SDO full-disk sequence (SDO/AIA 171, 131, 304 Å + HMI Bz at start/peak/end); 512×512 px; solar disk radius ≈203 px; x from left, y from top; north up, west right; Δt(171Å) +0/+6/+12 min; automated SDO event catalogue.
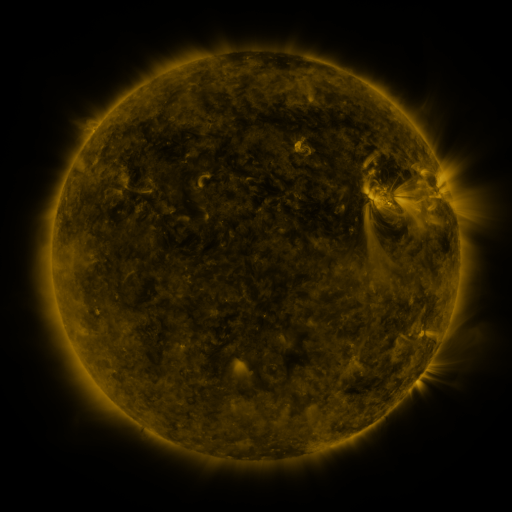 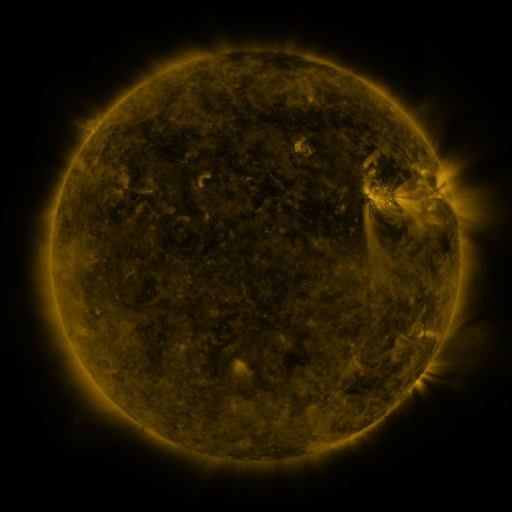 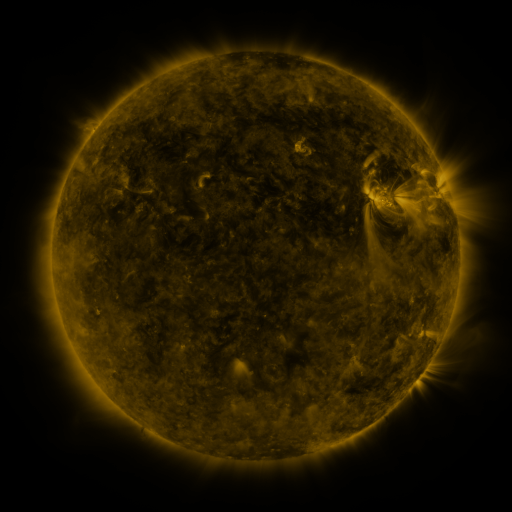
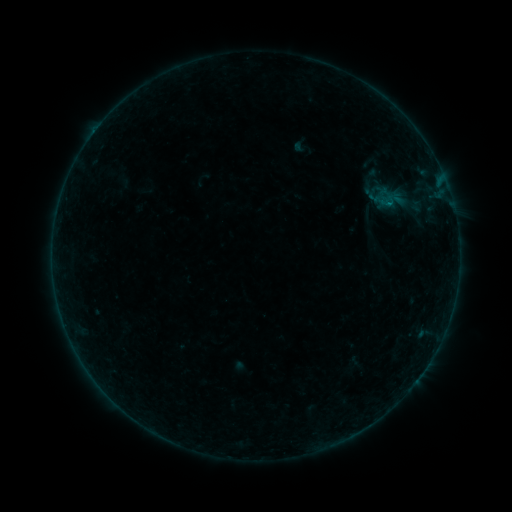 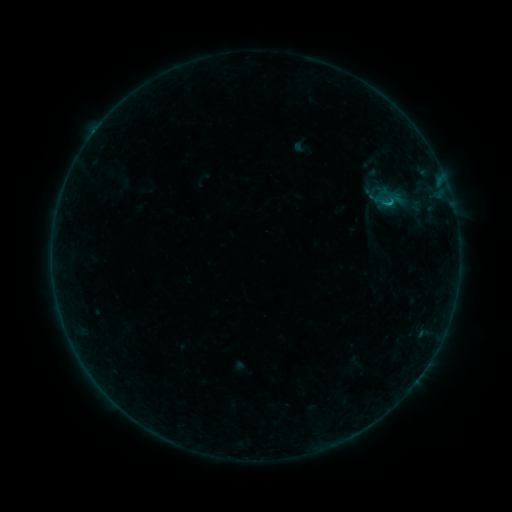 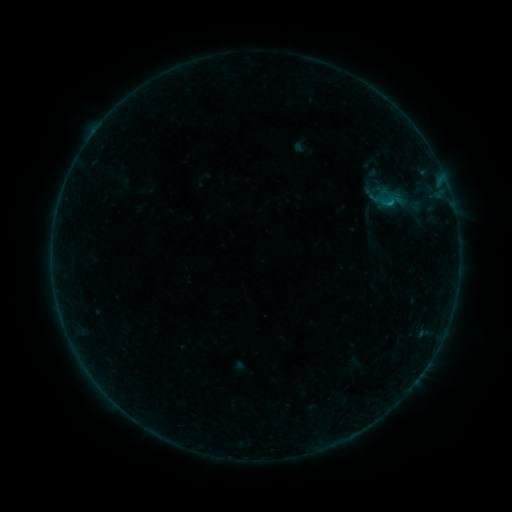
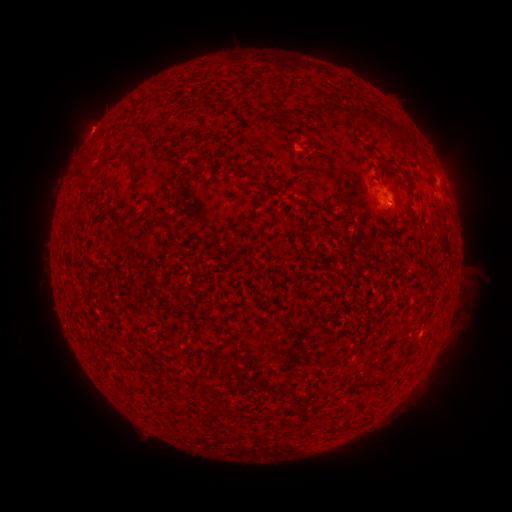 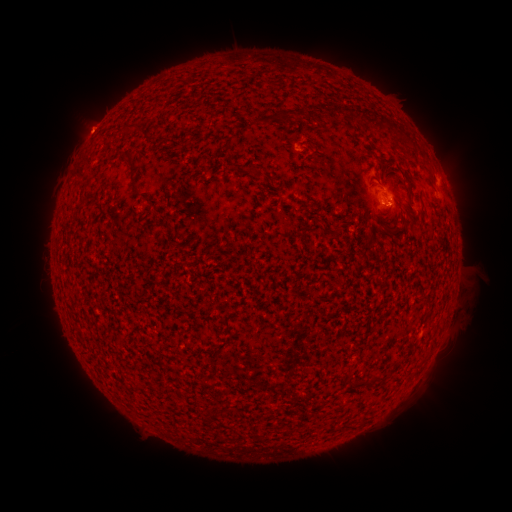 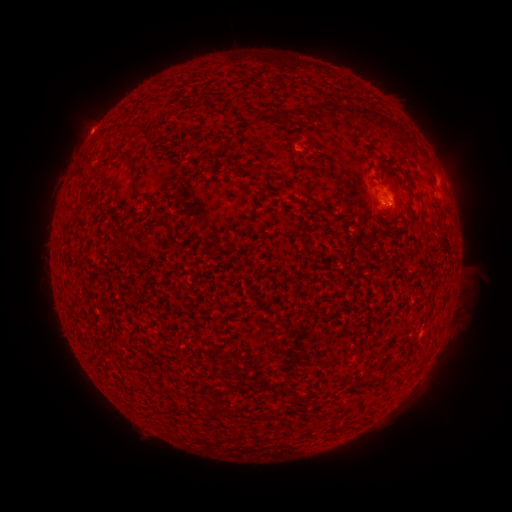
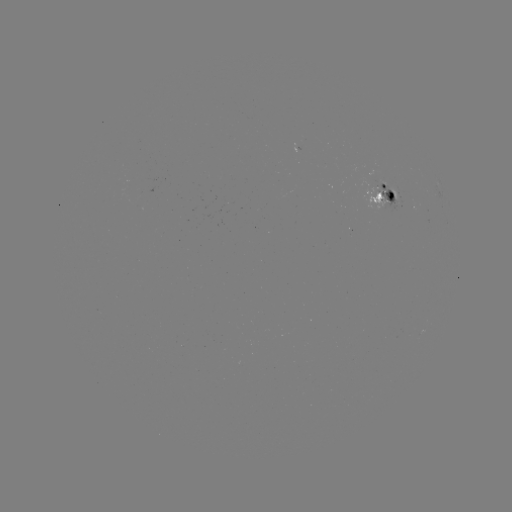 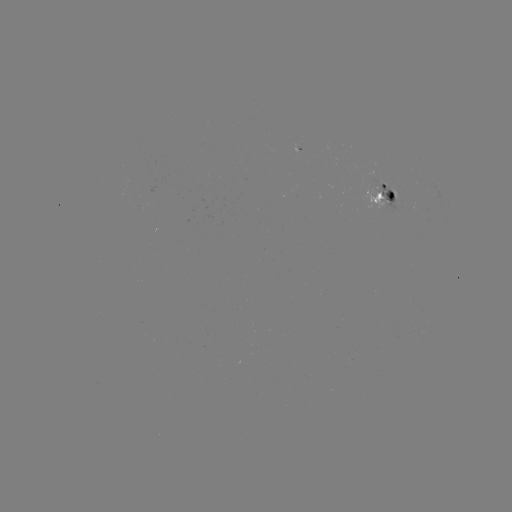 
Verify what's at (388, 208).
B3.2 flare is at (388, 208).